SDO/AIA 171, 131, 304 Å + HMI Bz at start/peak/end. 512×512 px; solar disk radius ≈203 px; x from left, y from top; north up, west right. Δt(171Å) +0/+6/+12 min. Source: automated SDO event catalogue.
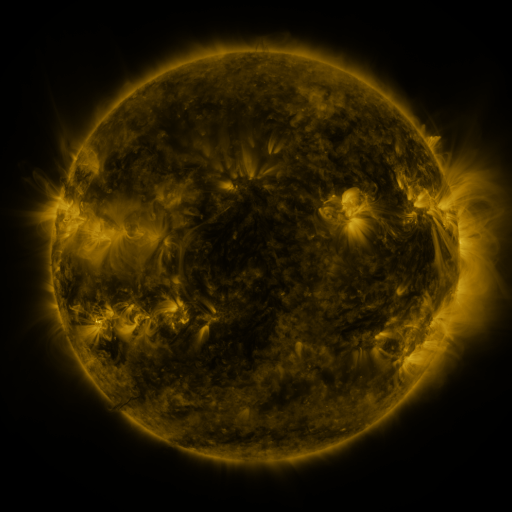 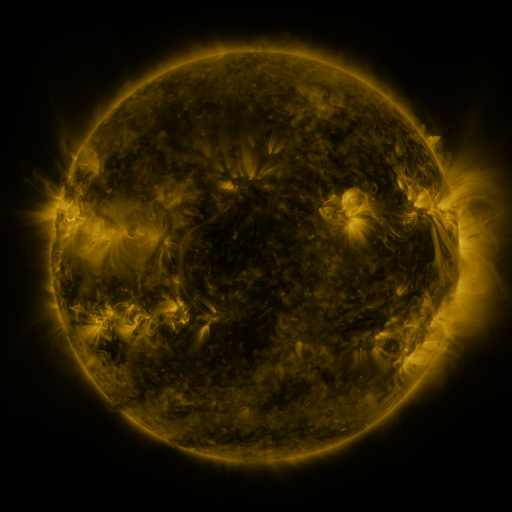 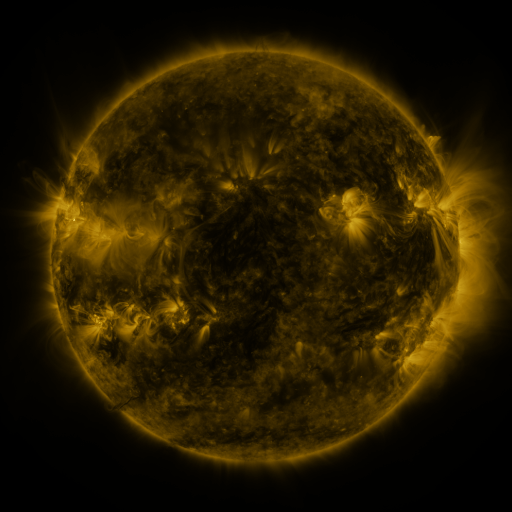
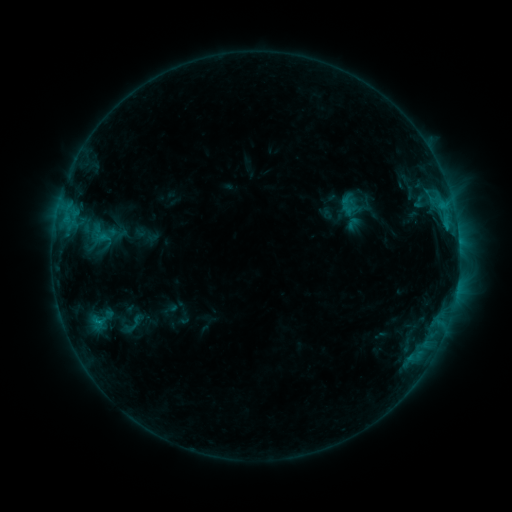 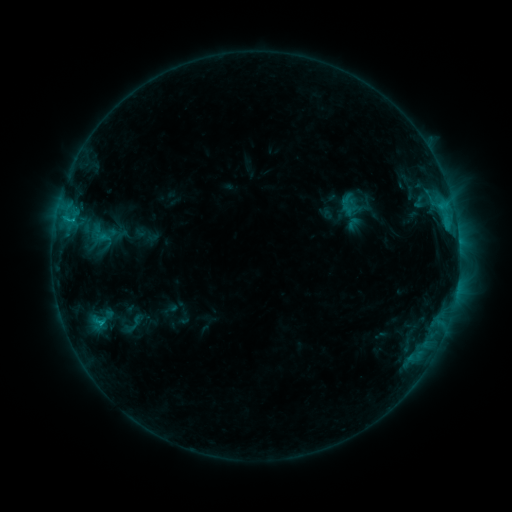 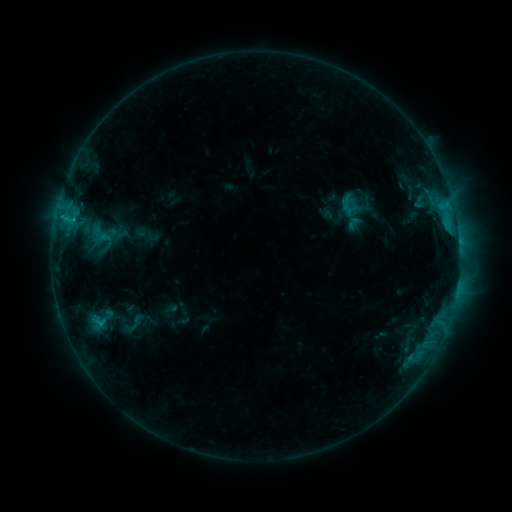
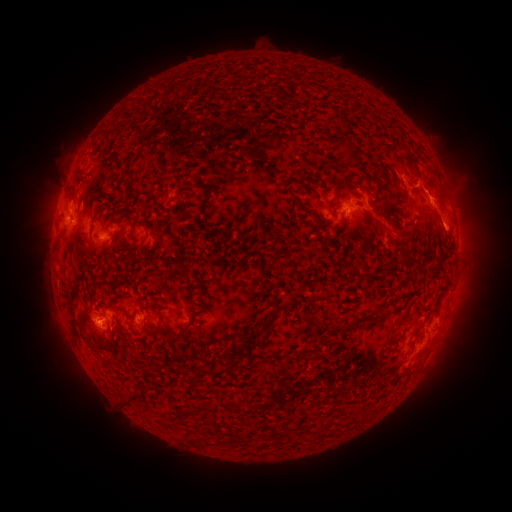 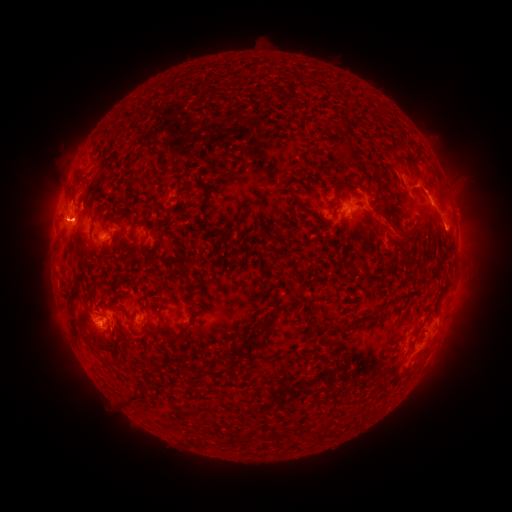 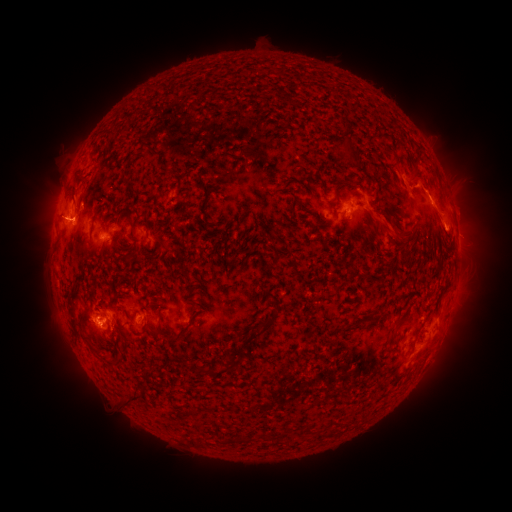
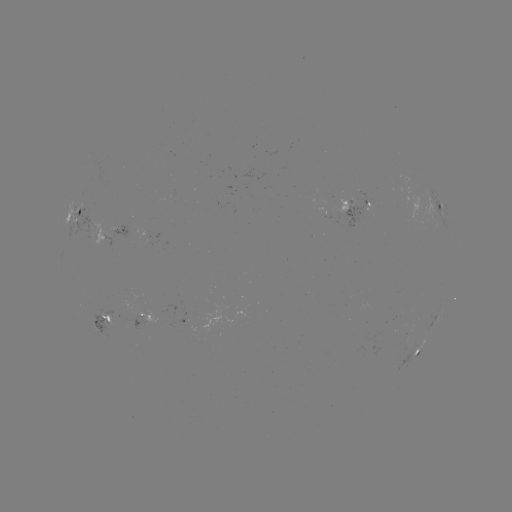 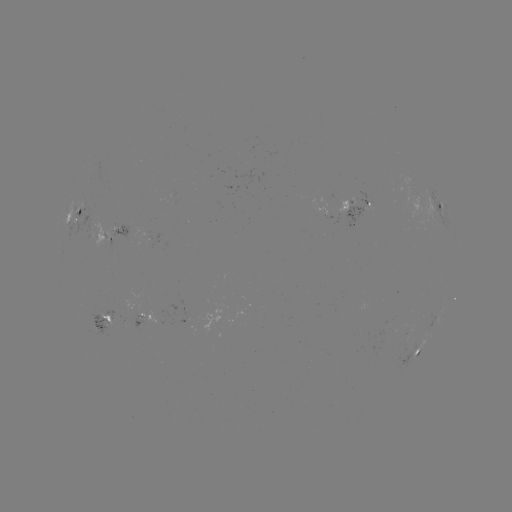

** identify eruption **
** [66, 220] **